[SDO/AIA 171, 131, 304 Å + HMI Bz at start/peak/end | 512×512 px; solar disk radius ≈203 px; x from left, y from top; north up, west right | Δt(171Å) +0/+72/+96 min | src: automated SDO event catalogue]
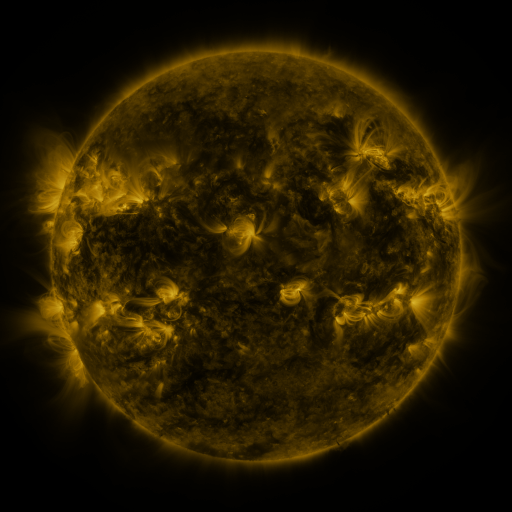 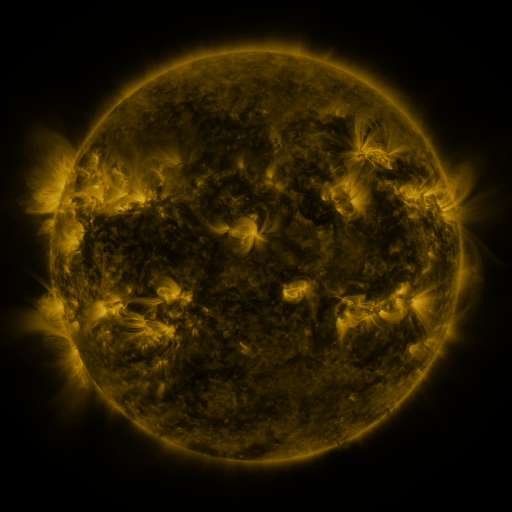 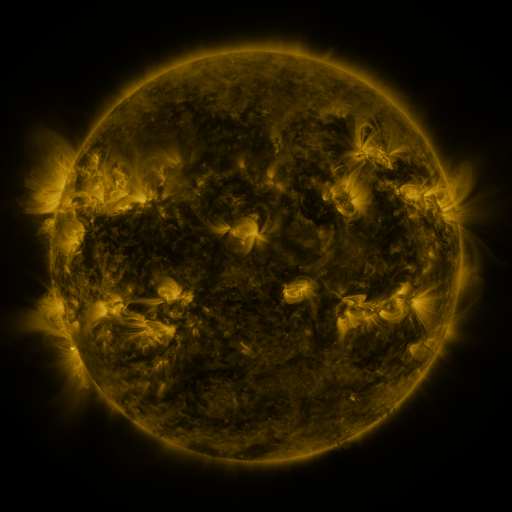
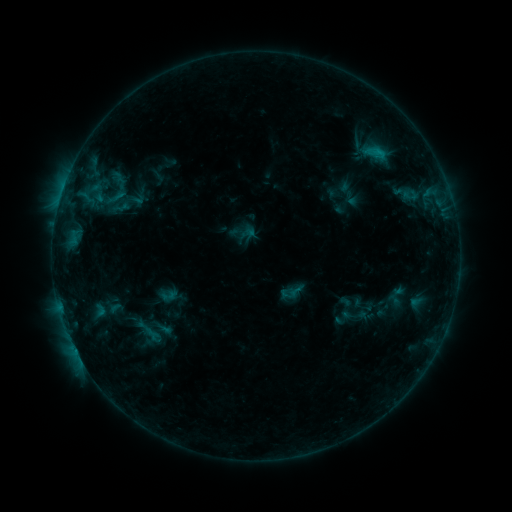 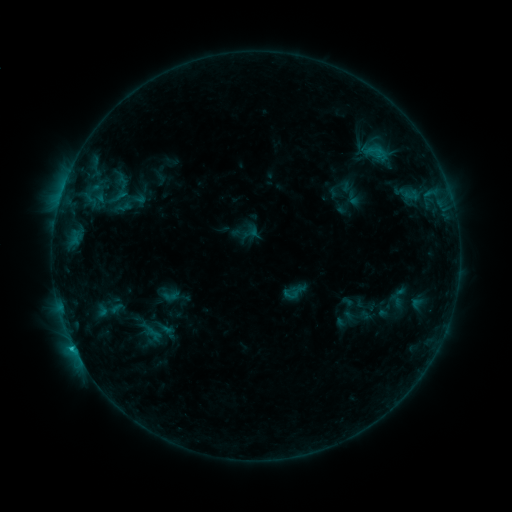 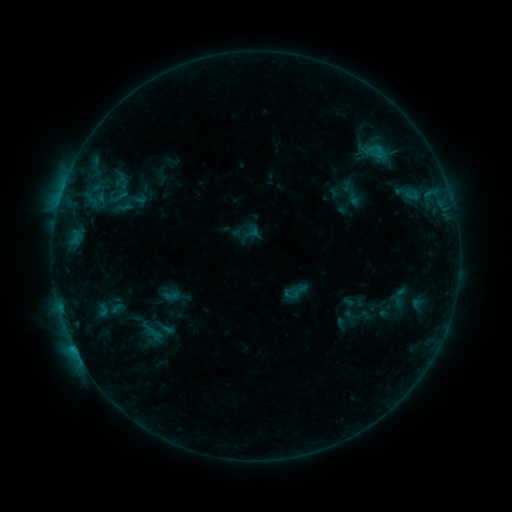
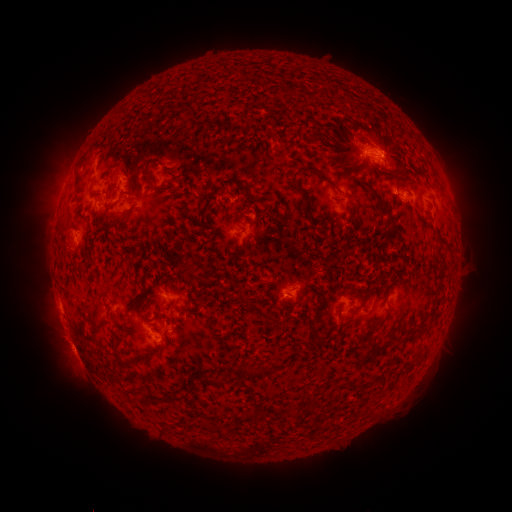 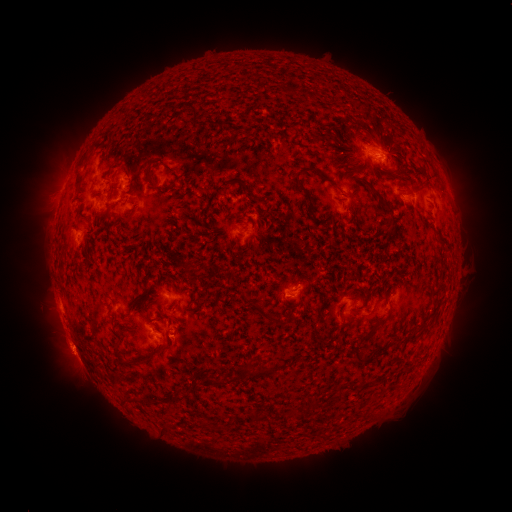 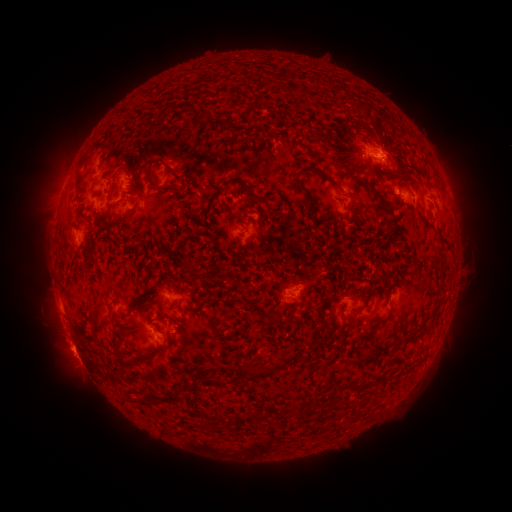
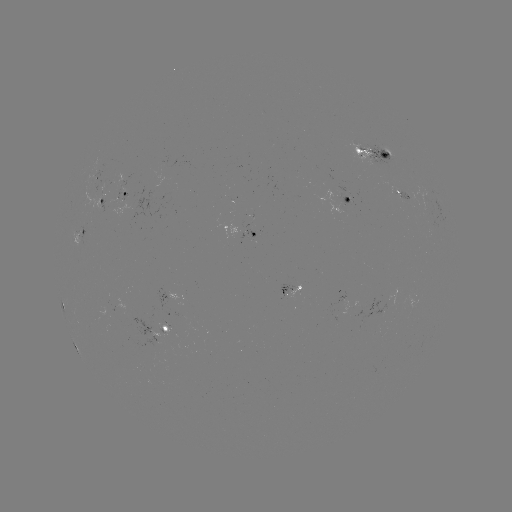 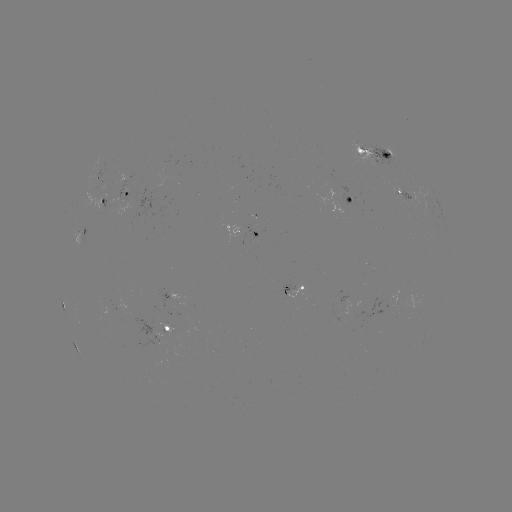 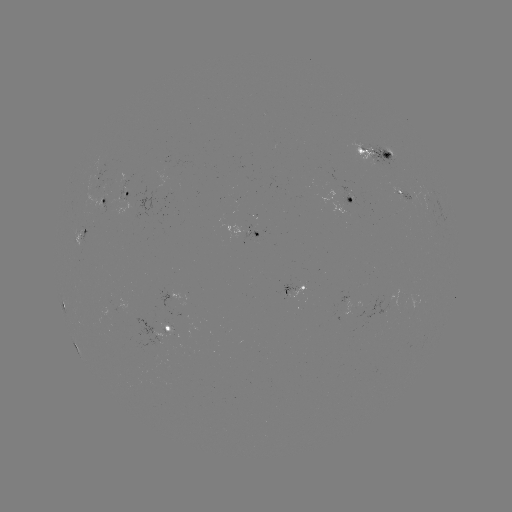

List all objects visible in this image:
emerging-flux region: (97, 193)
